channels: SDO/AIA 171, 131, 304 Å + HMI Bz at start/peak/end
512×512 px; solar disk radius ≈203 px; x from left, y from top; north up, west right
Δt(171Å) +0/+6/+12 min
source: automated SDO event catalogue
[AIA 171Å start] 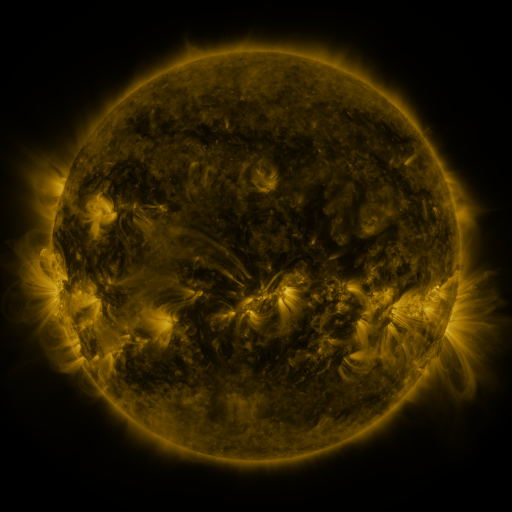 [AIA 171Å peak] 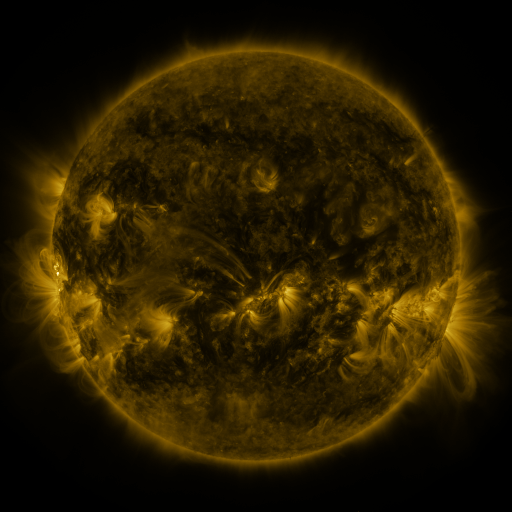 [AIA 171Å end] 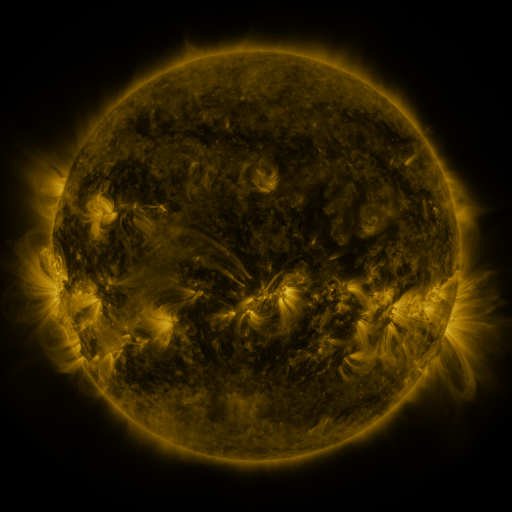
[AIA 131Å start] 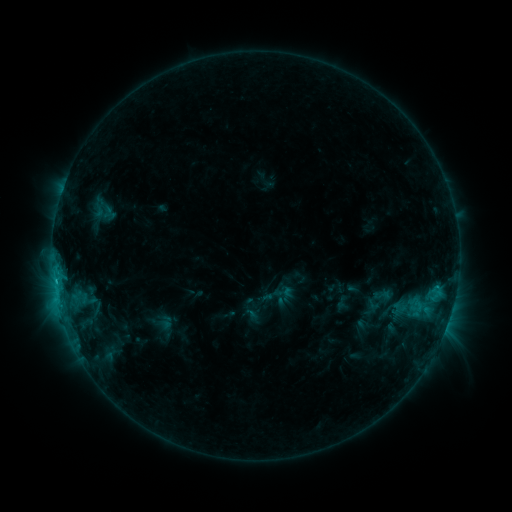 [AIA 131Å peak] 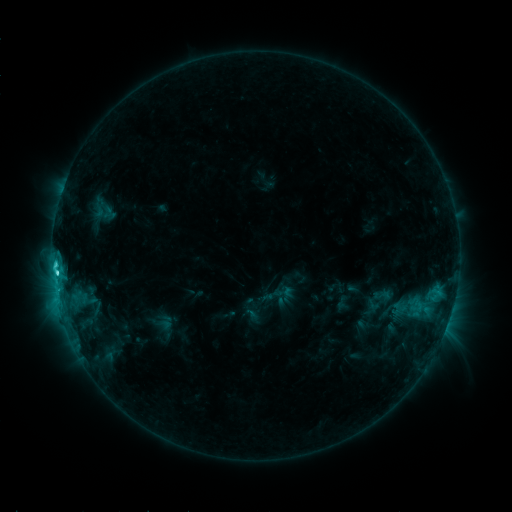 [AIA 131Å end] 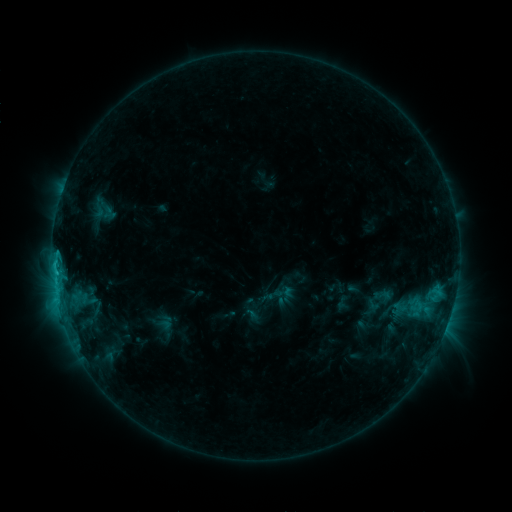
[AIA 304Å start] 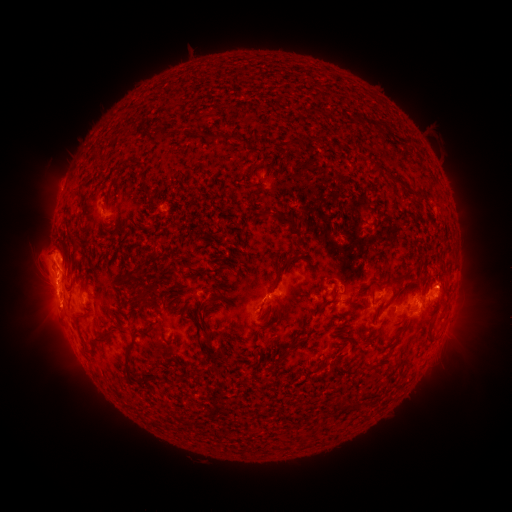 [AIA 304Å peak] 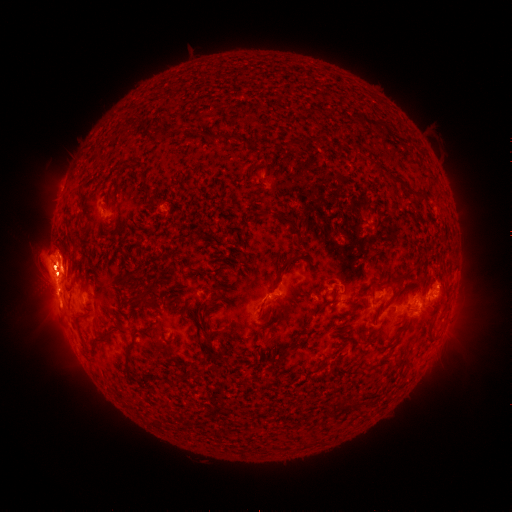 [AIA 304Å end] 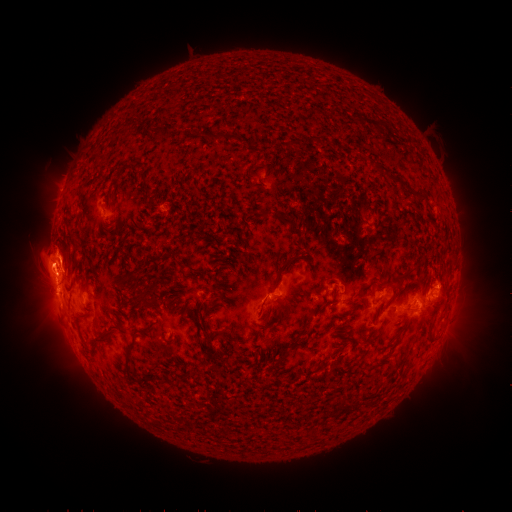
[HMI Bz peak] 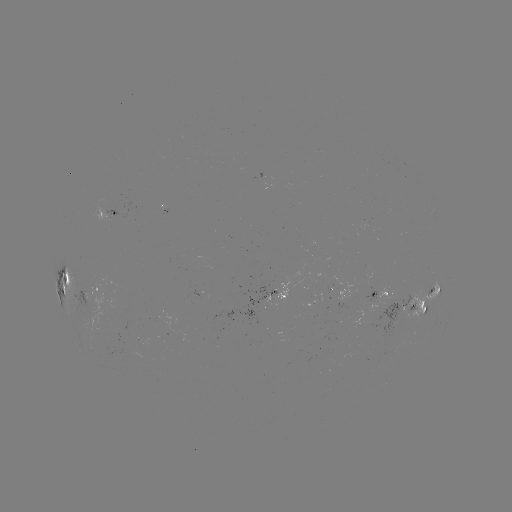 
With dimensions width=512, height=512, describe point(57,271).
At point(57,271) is C4.9 flare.